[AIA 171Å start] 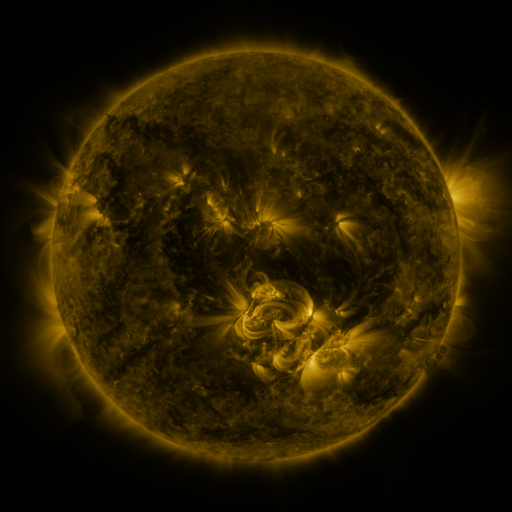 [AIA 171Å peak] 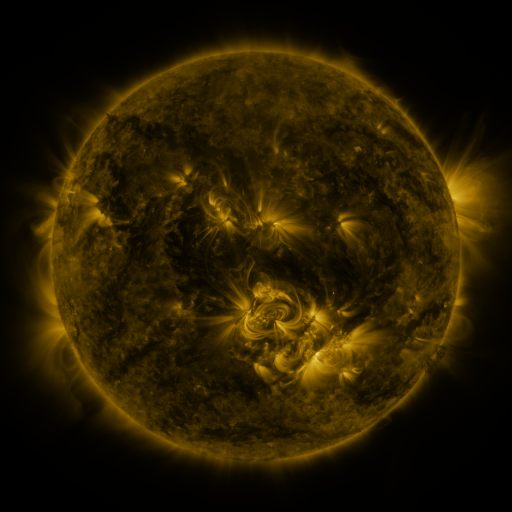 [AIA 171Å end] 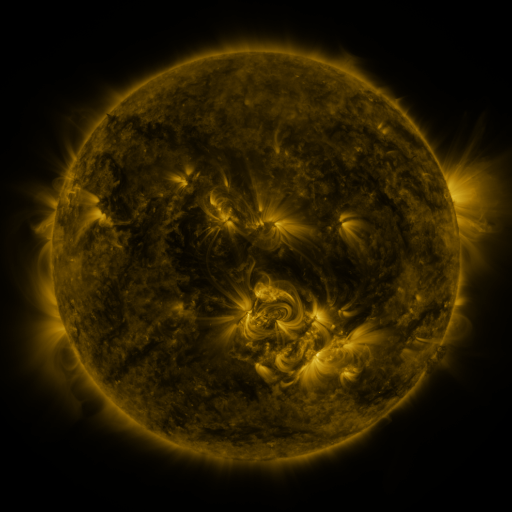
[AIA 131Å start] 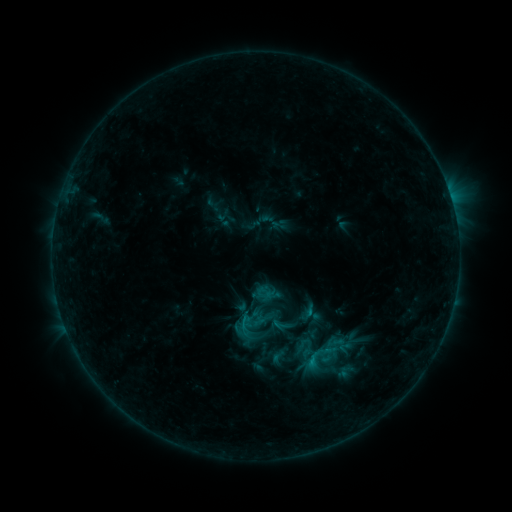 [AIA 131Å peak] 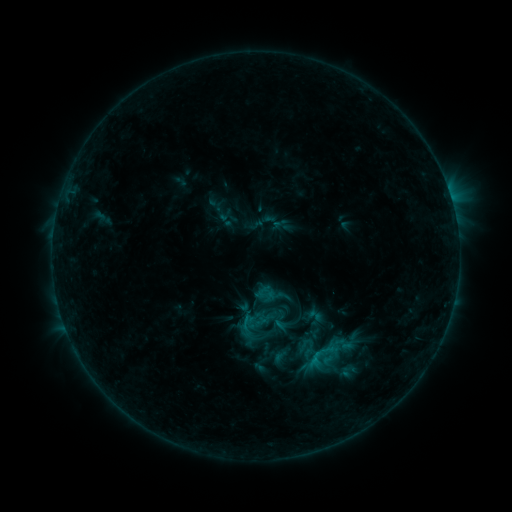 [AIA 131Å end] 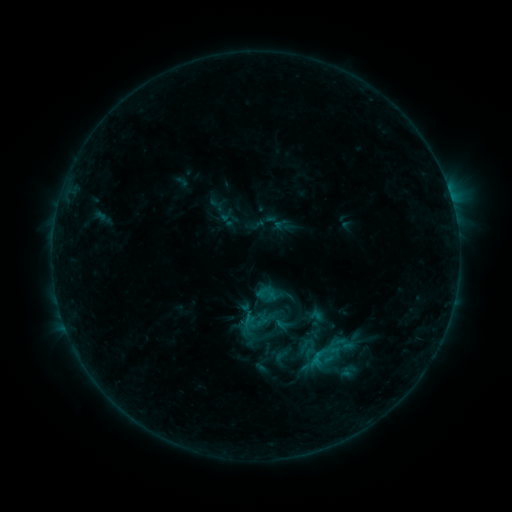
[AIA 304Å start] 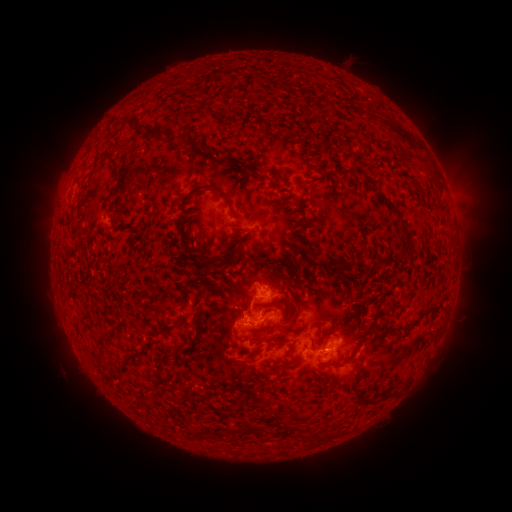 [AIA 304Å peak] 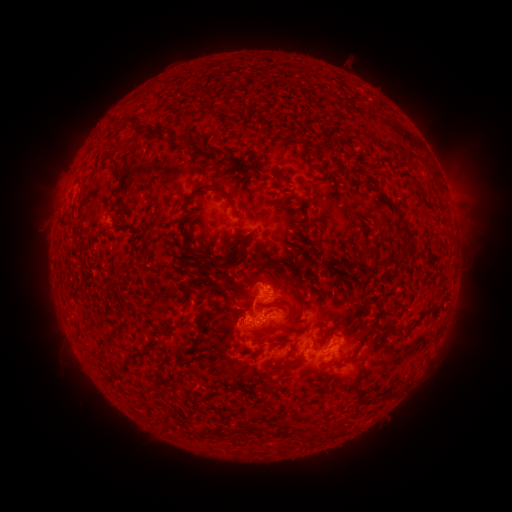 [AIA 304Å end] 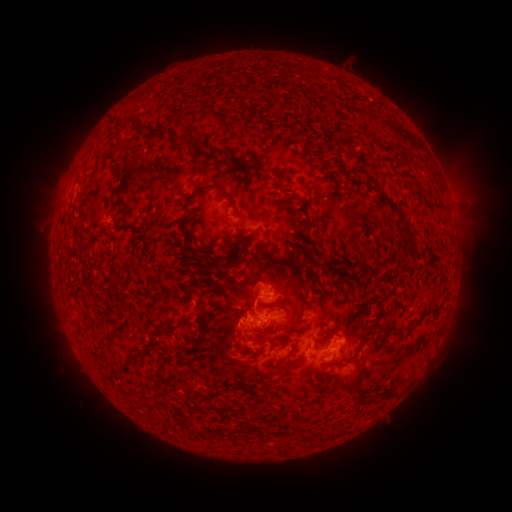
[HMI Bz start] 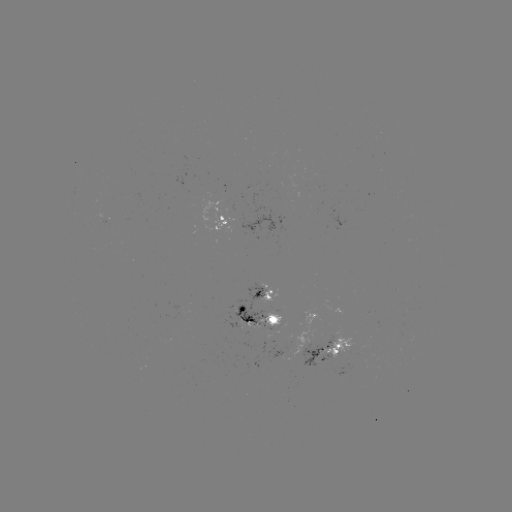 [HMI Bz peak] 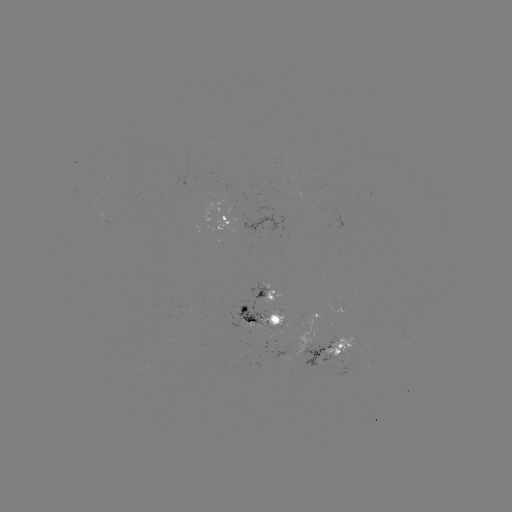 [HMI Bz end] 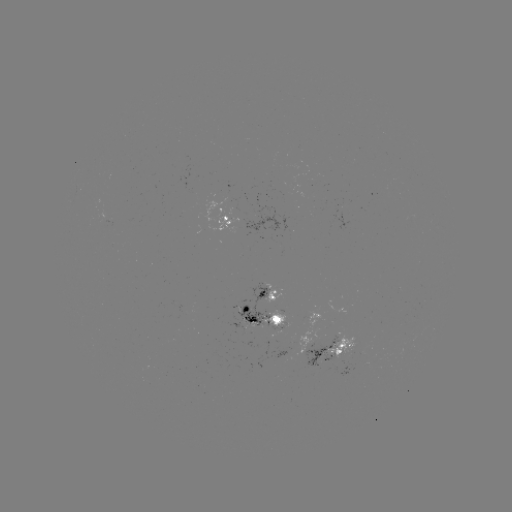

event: emerging-flux region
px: (252, 316)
